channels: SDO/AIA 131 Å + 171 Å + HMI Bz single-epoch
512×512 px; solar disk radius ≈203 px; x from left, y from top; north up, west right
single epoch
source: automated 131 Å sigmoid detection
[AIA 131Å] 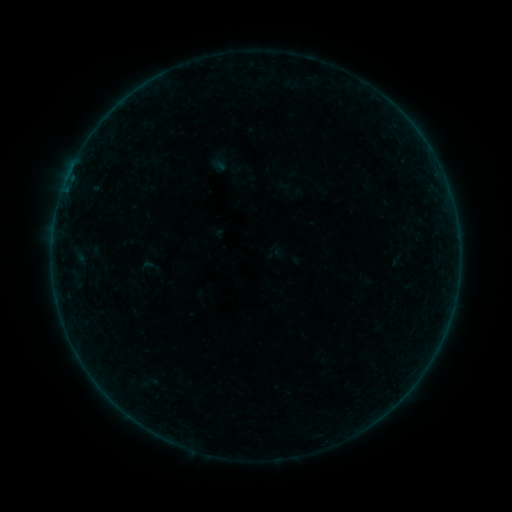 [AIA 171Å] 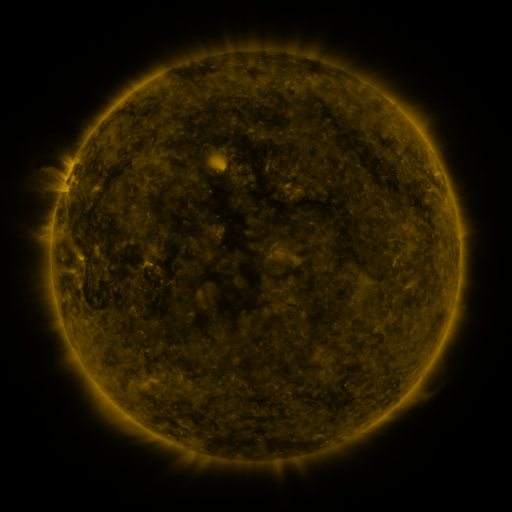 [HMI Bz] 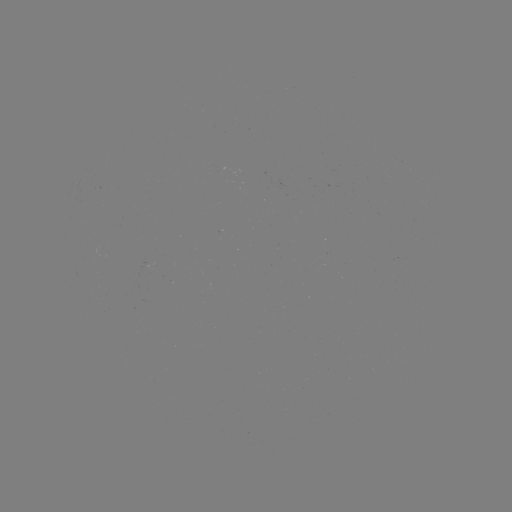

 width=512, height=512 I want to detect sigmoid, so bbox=[140, 256, 160, 274].